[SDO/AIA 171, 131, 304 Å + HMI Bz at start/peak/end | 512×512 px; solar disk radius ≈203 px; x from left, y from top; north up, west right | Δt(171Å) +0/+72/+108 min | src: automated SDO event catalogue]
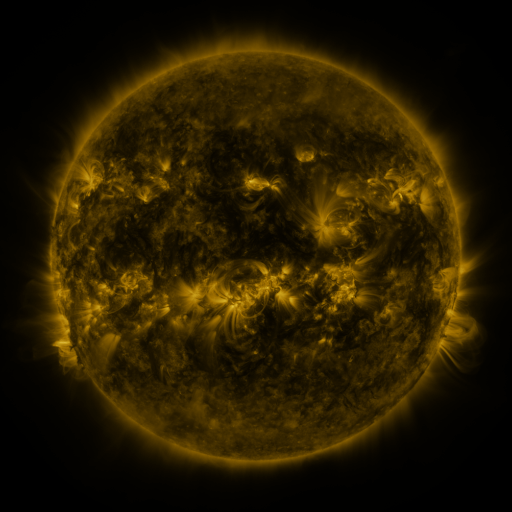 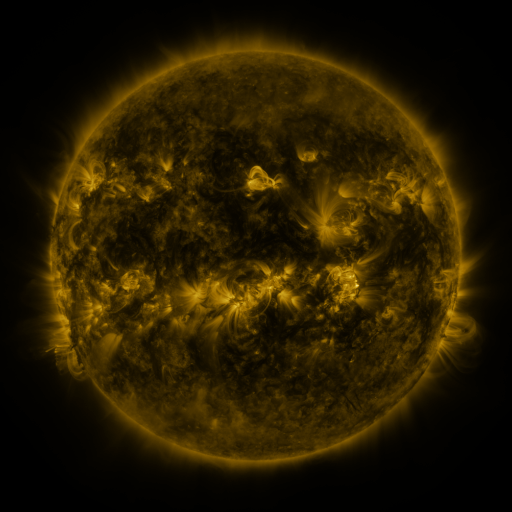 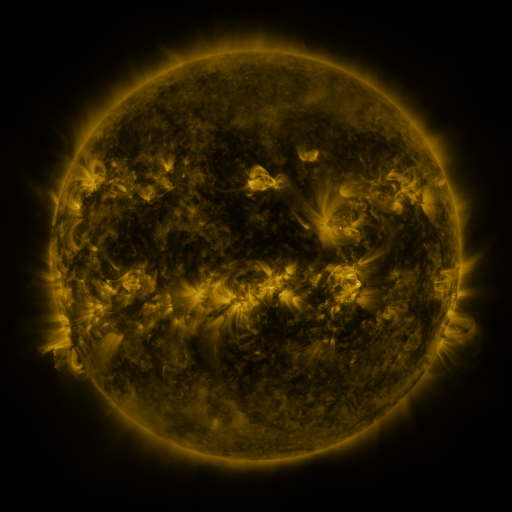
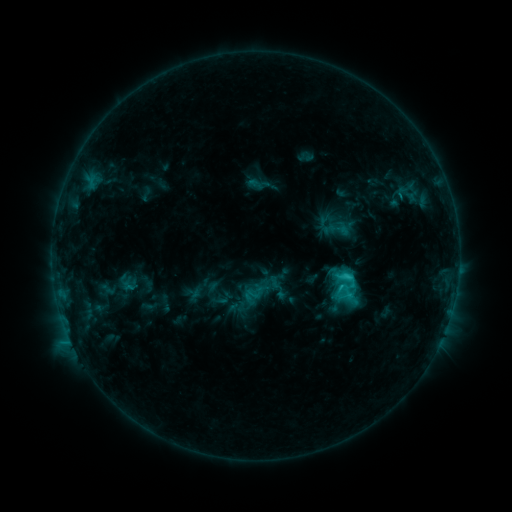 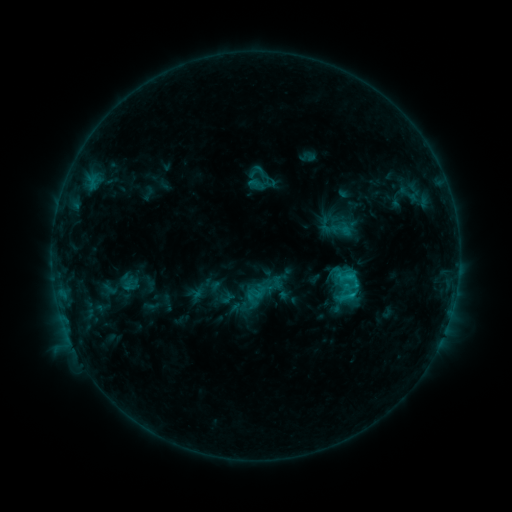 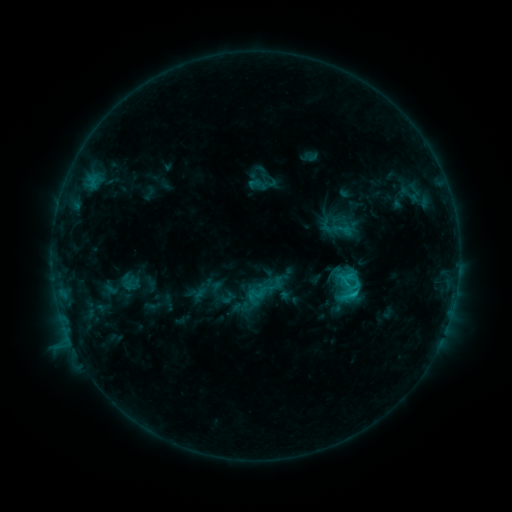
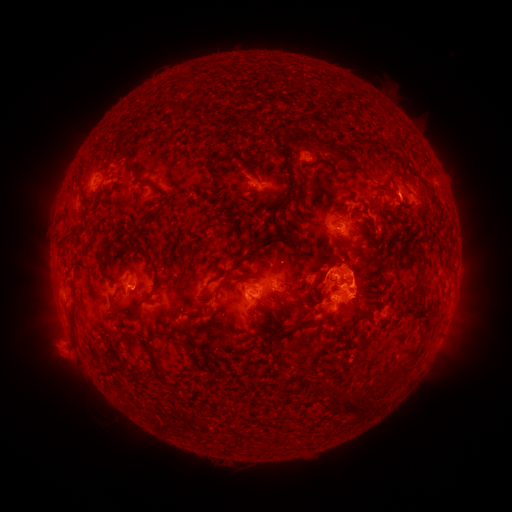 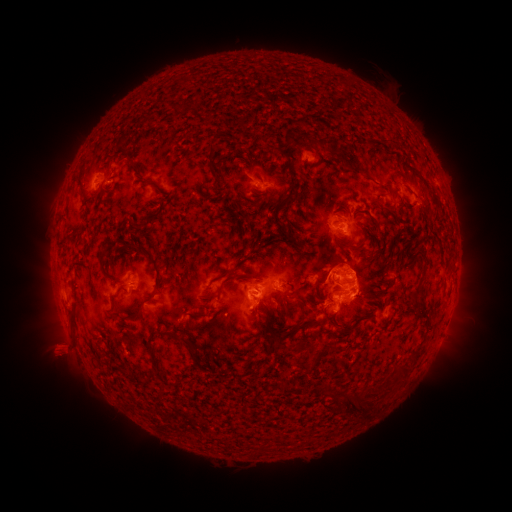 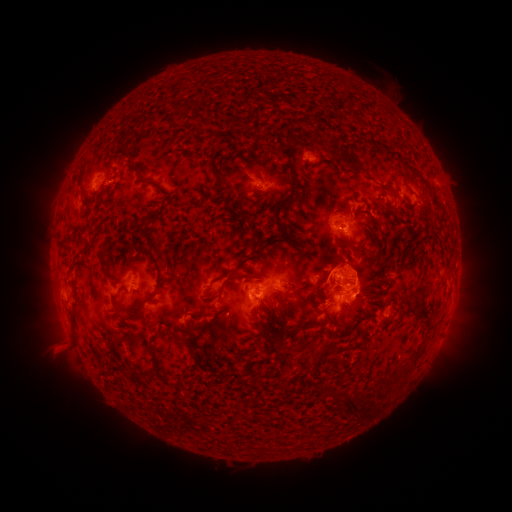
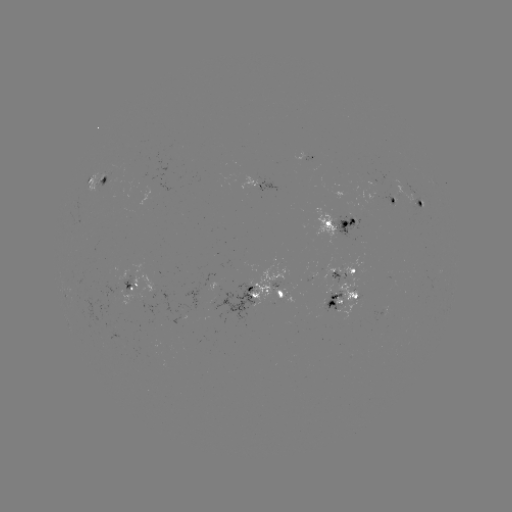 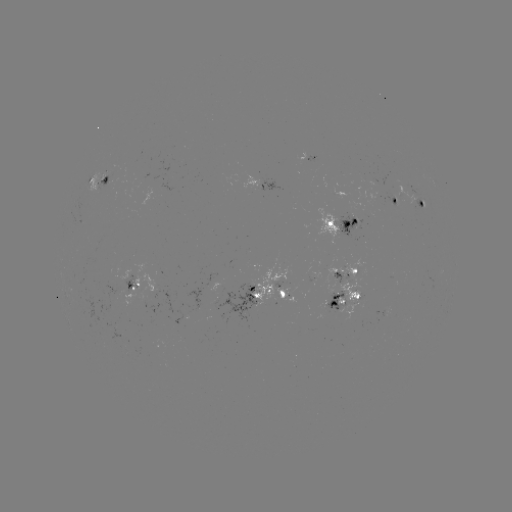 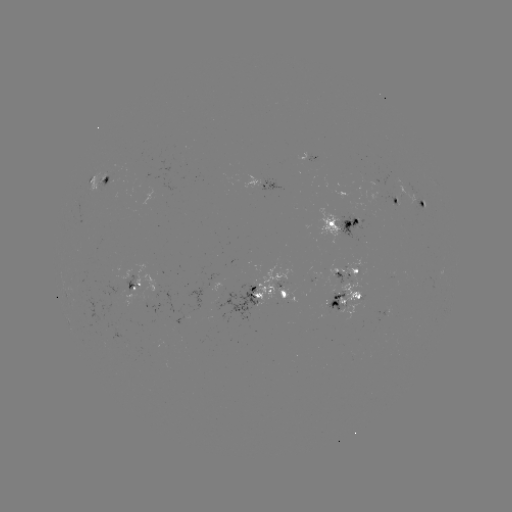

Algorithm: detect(emerging-flux region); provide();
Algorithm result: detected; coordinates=(126, 288)